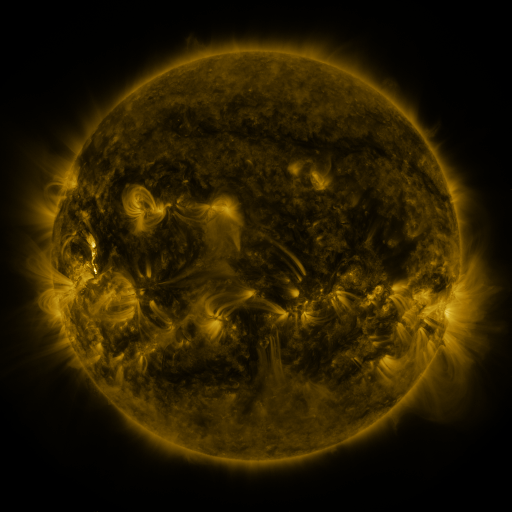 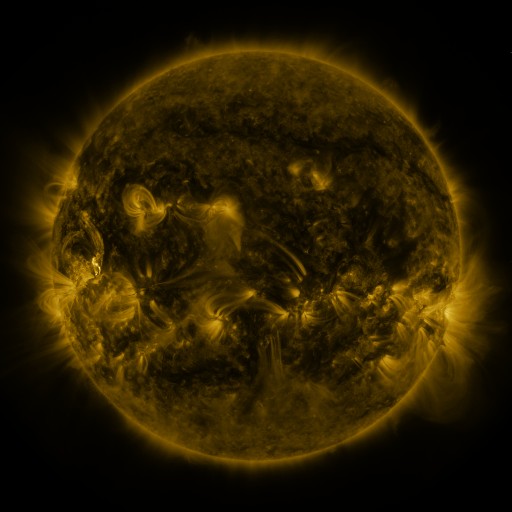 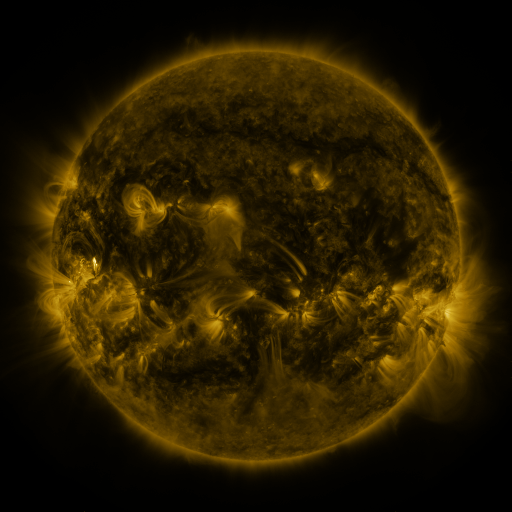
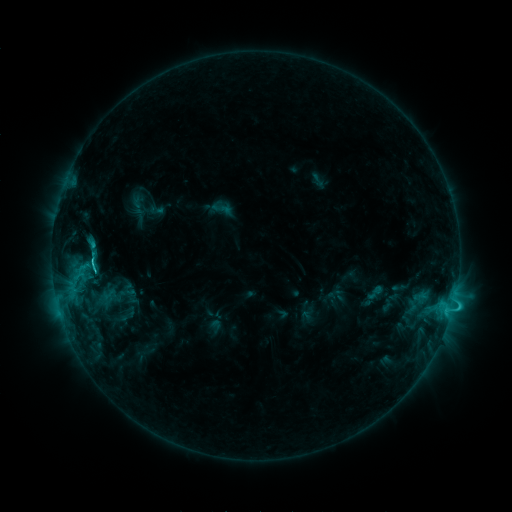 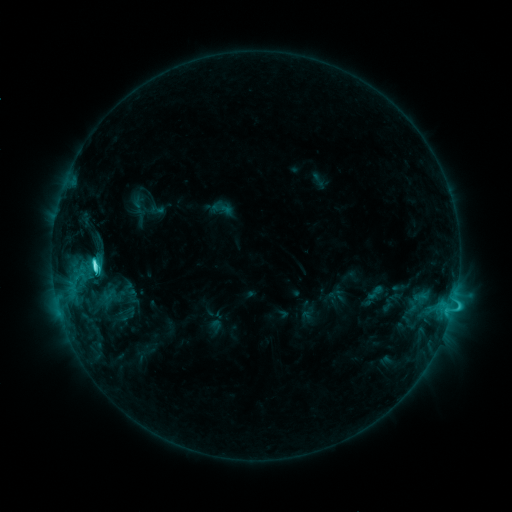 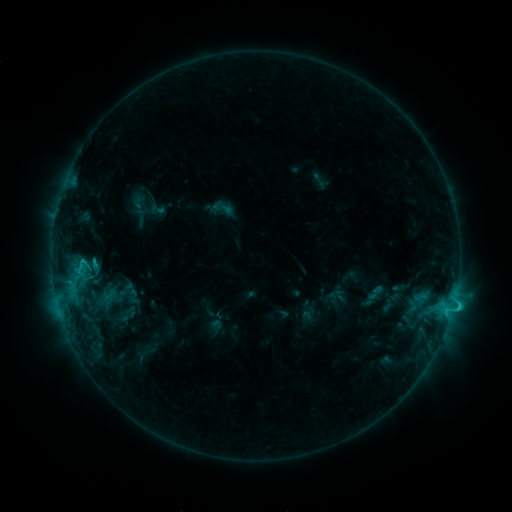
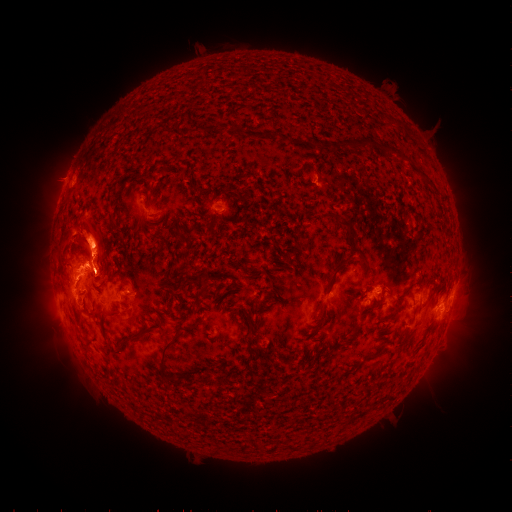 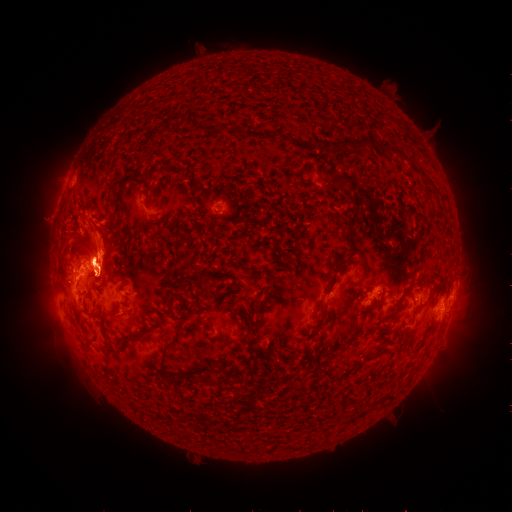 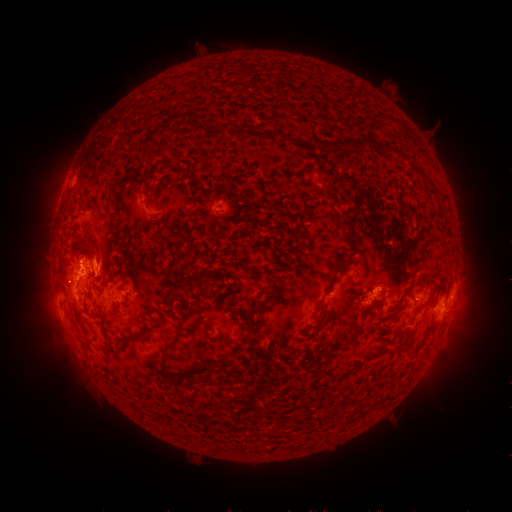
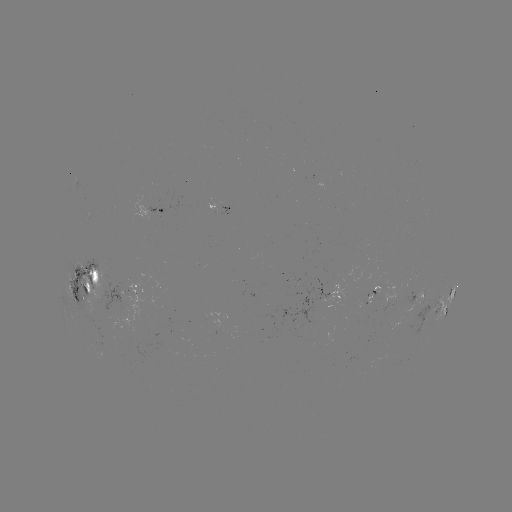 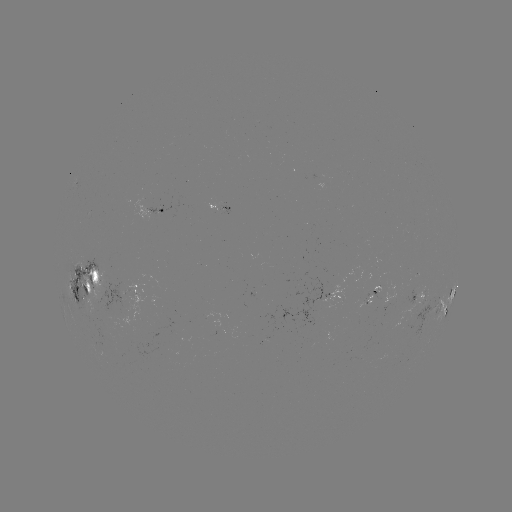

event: eruption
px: (81, 234)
